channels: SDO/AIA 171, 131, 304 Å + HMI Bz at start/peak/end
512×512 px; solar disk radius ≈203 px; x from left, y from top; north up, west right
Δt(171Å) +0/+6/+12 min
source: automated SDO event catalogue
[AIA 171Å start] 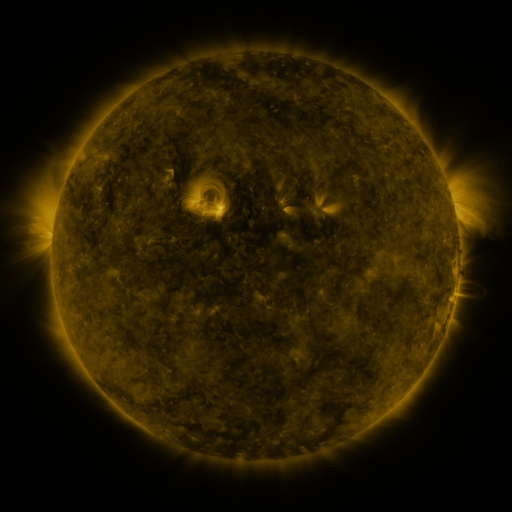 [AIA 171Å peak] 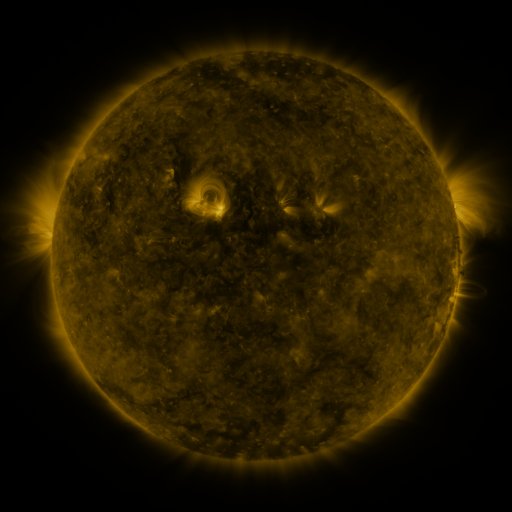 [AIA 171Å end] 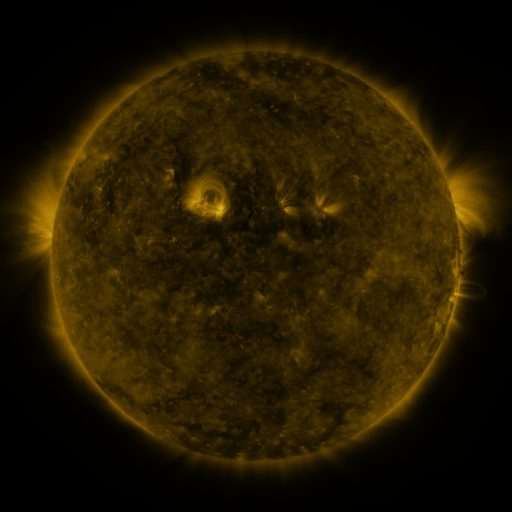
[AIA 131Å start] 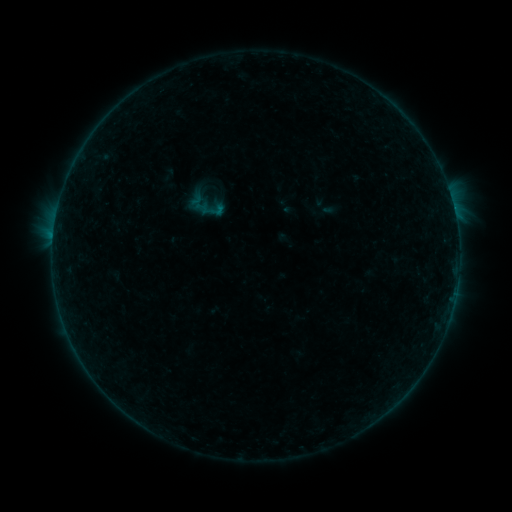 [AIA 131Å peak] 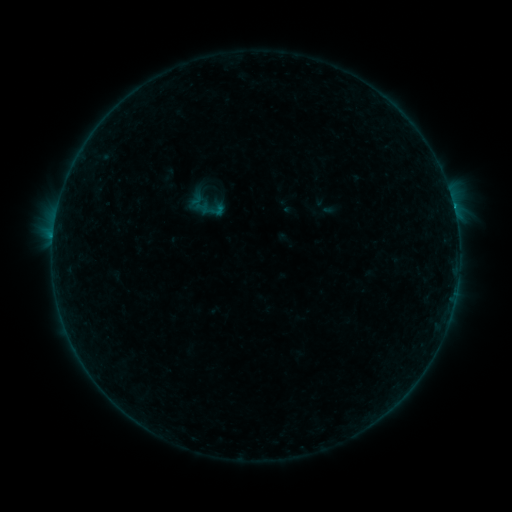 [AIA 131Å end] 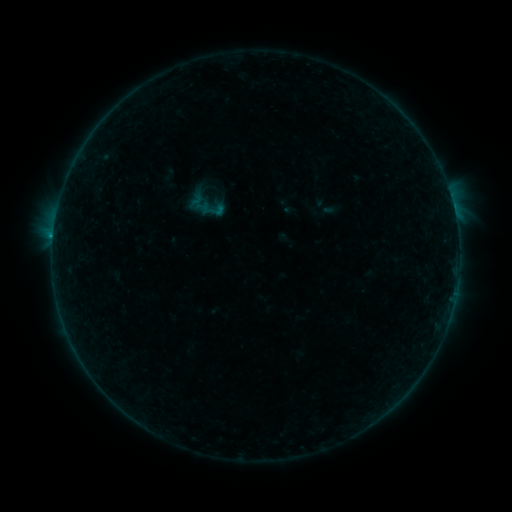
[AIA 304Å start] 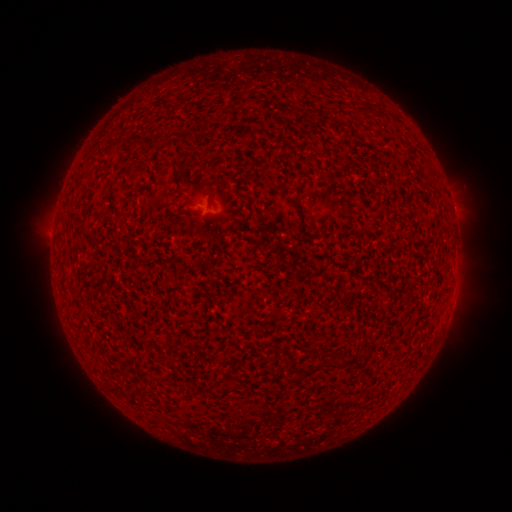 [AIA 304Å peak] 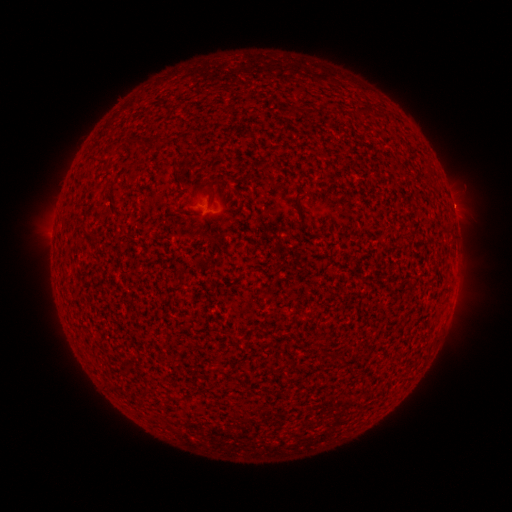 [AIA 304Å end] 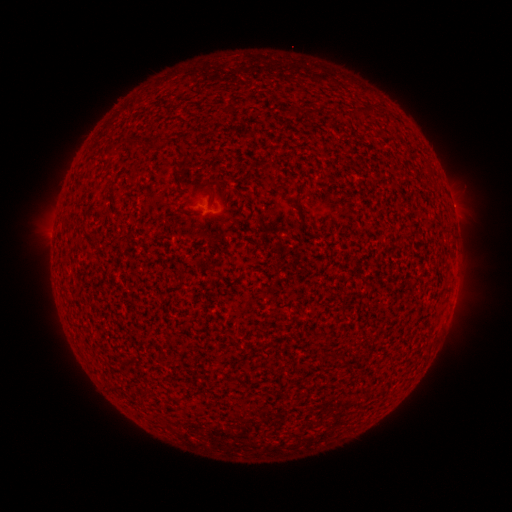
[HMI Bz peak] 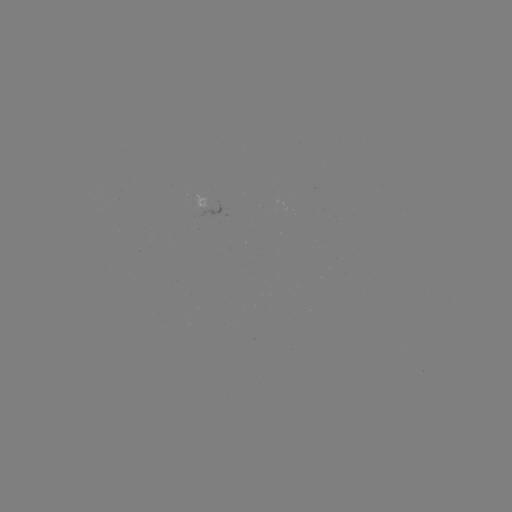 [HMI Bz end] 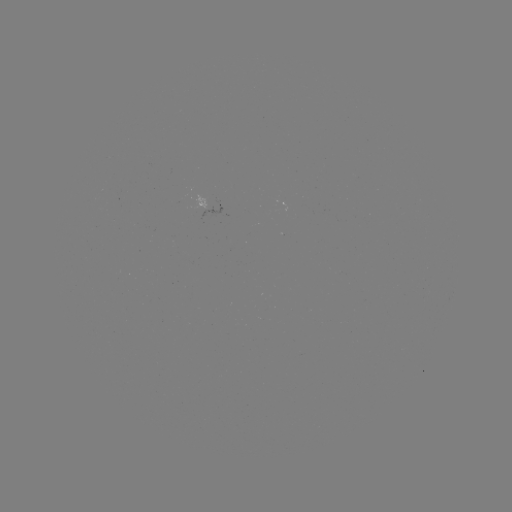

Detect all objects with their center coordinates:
B6.3 flare: (453, 206)
